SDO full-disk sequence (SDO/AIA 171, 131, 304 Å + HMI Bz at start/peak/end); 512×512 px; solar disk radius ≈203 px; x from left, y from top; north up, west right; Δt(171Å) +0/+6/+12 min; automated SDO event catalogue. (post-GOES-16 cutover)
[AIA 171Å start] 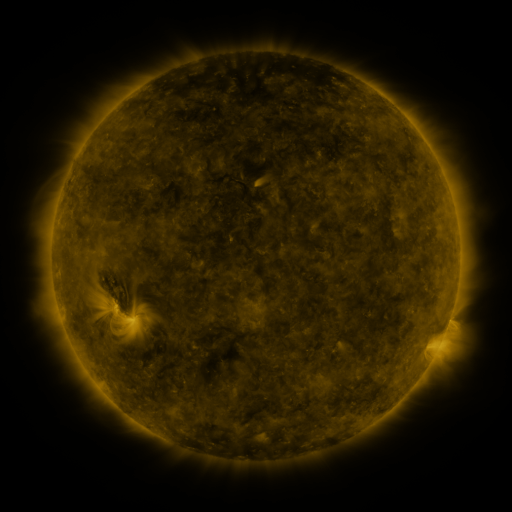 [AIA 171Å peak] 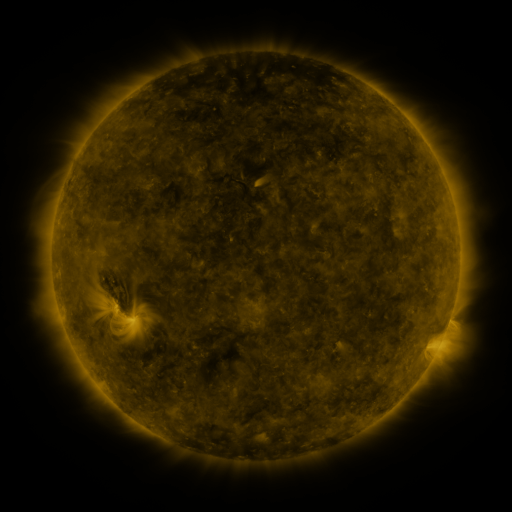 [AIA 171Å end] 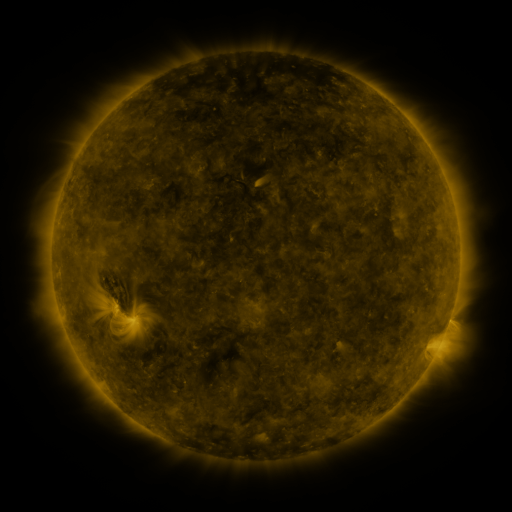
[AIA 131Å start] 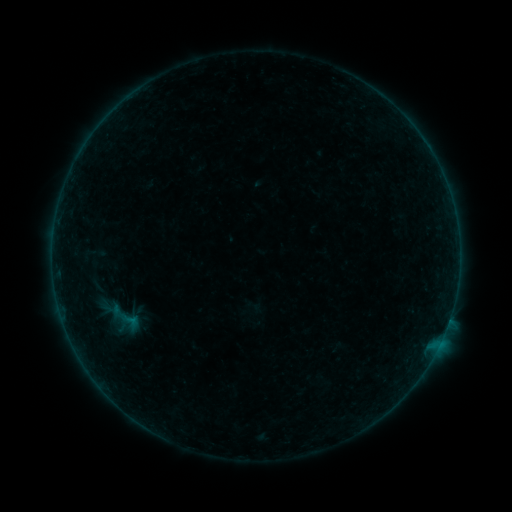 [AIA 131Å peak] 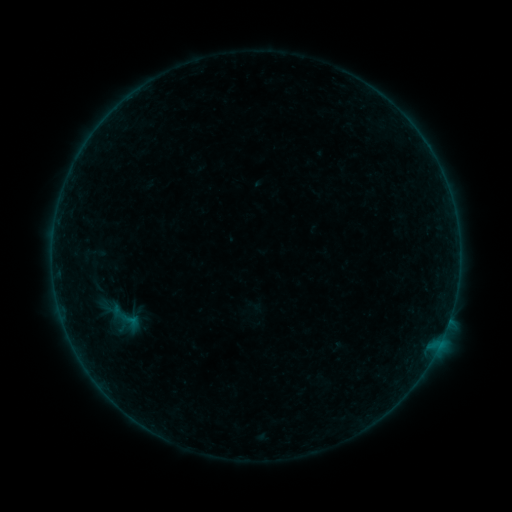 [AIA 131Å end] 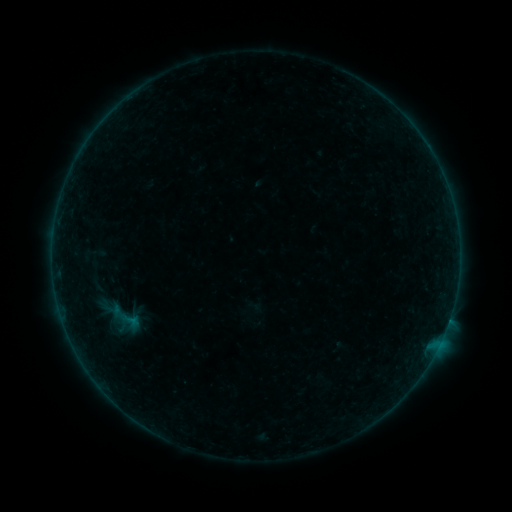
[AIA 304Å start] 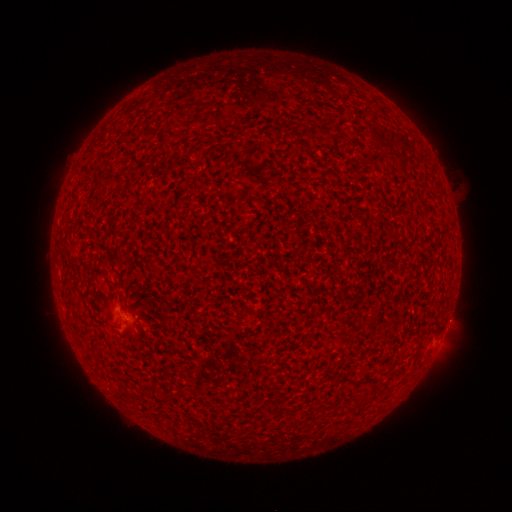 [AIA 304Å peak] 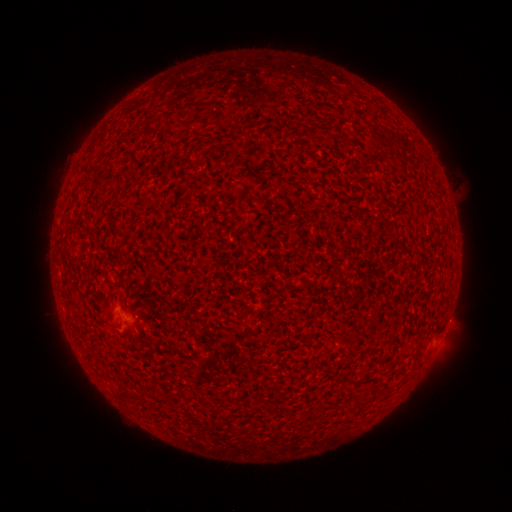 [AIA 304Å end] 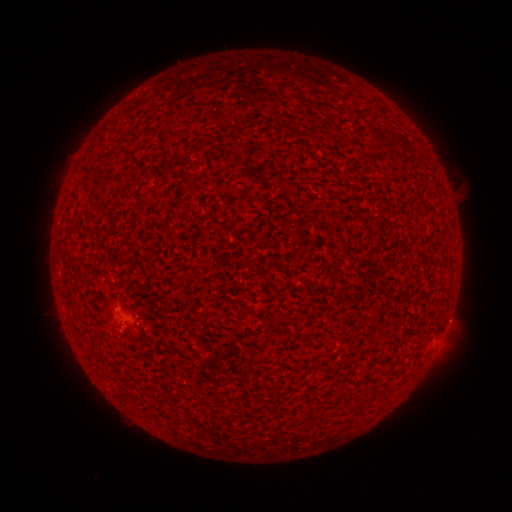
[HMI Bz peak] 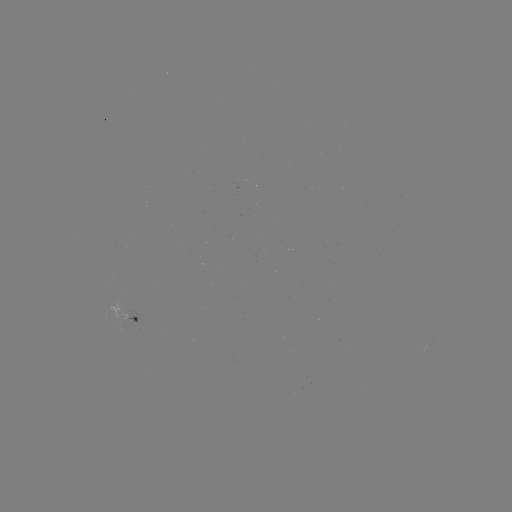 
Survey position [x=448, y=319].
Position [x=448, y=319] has A4.6 flare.